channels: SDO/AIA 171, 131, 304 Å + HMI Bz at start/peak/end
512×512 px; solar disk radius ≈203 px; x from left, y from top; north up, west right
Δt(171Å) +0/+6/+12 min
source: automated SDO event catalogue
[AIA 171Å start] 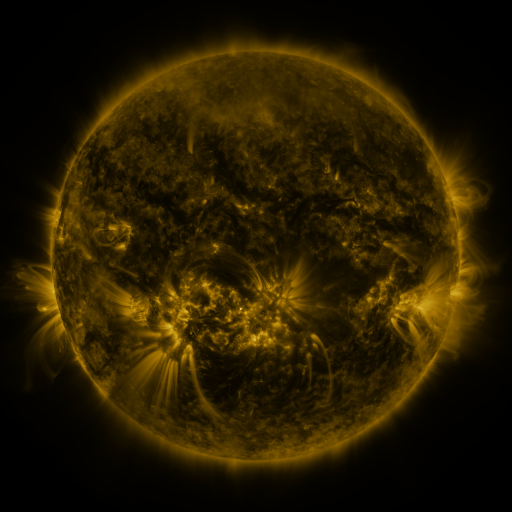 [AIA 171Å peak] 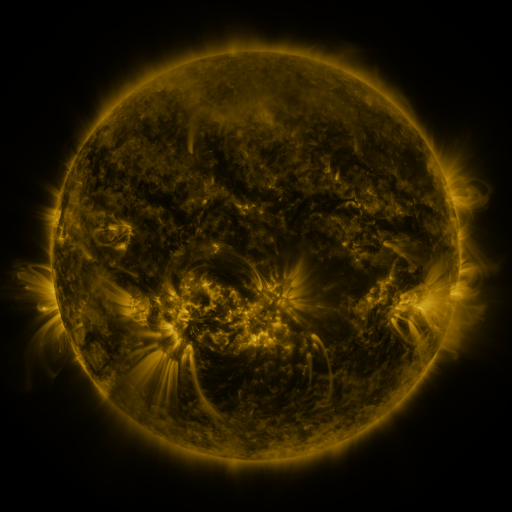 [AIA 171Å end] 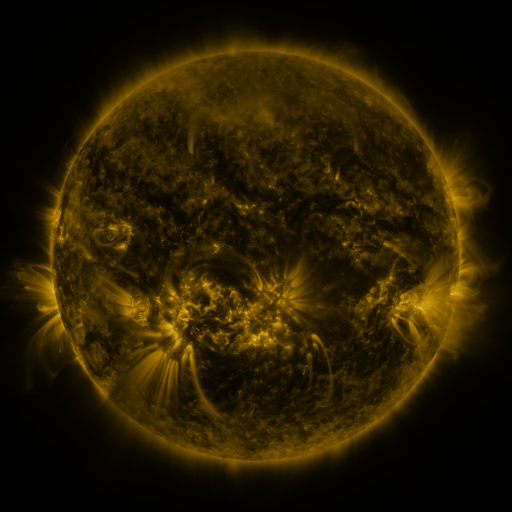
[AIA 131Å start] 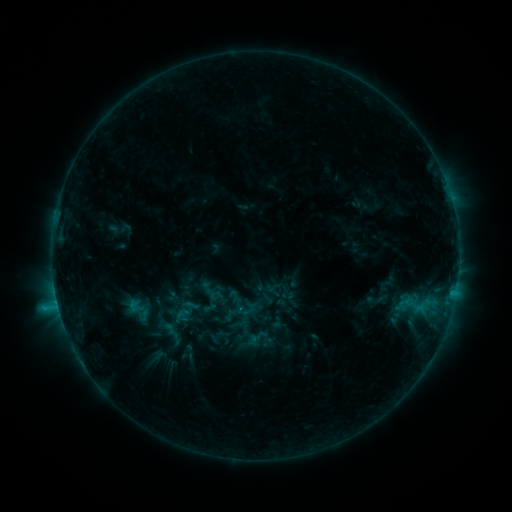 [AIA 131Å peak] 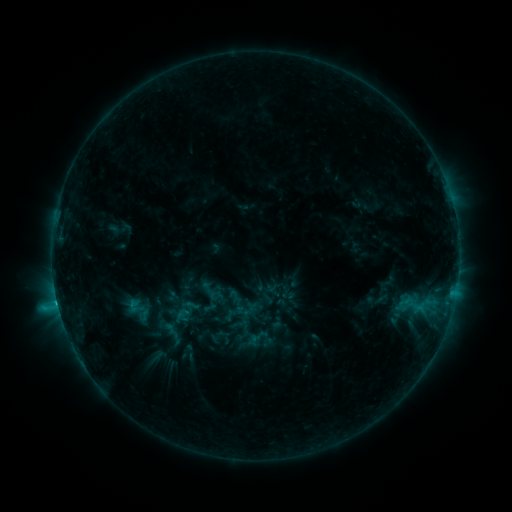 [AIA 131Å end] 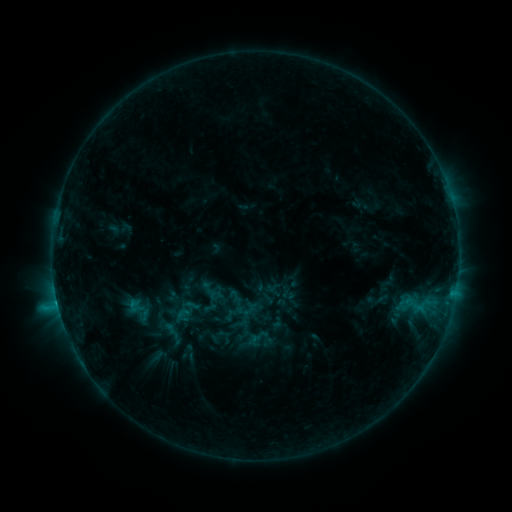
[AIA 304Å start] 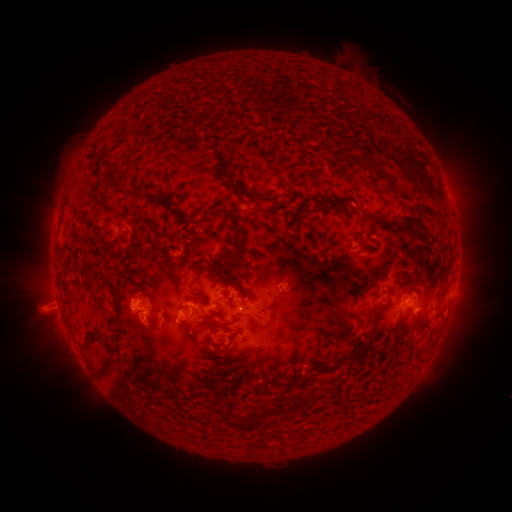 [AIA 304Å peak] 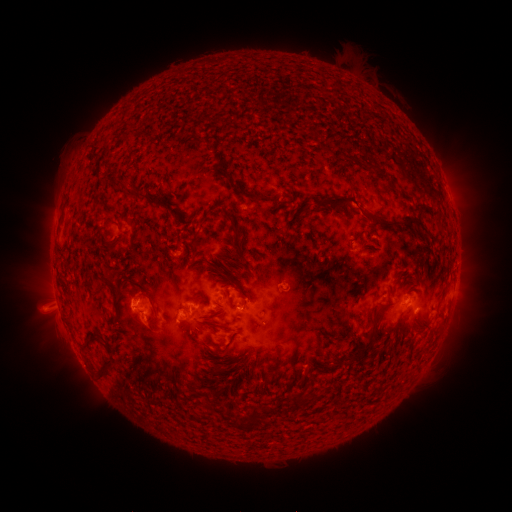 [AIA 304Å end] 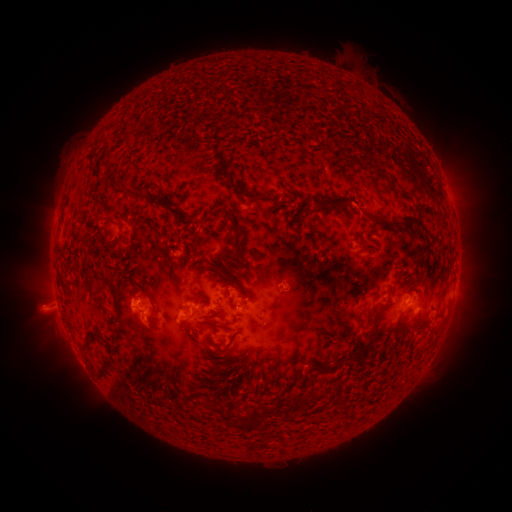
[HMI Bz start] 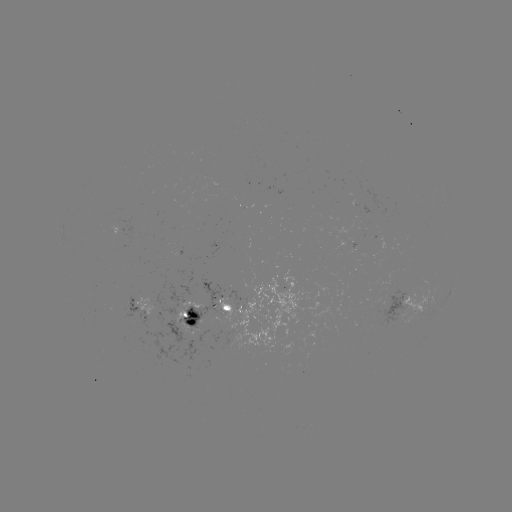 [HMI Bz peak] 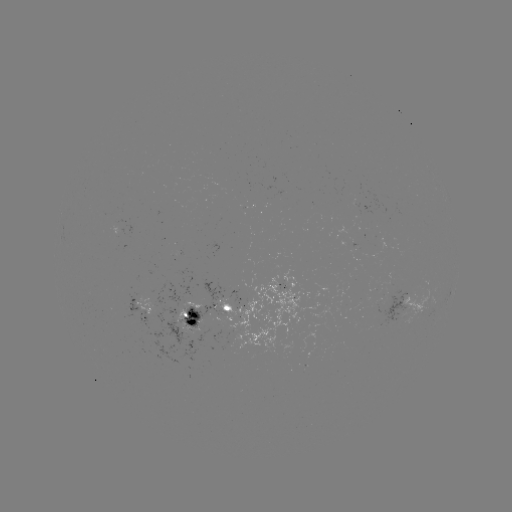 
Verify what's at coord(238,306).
C1.3 flare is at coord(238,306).